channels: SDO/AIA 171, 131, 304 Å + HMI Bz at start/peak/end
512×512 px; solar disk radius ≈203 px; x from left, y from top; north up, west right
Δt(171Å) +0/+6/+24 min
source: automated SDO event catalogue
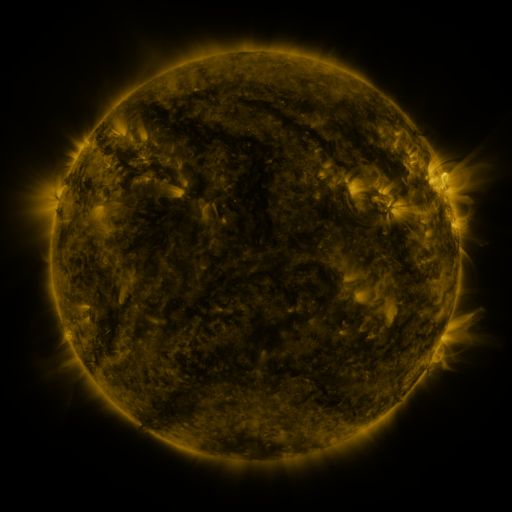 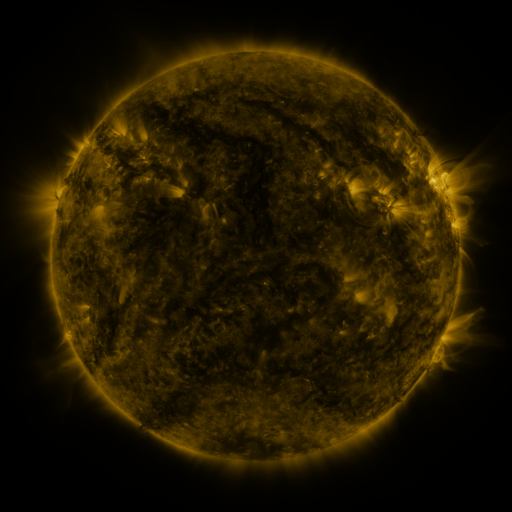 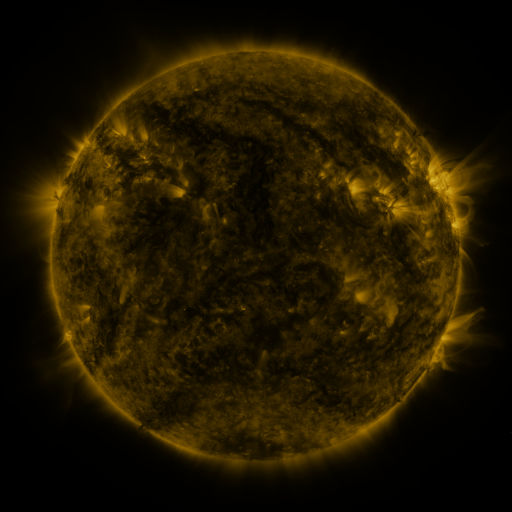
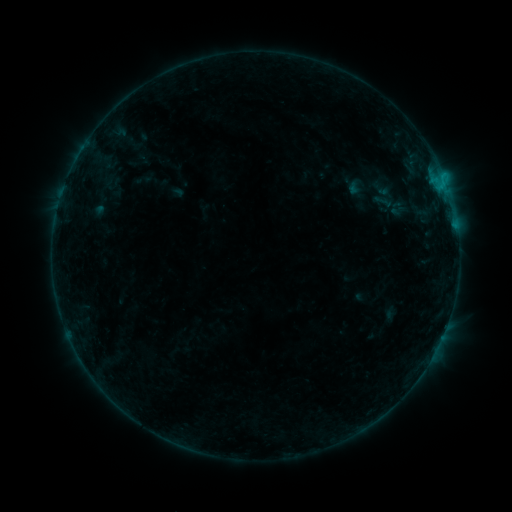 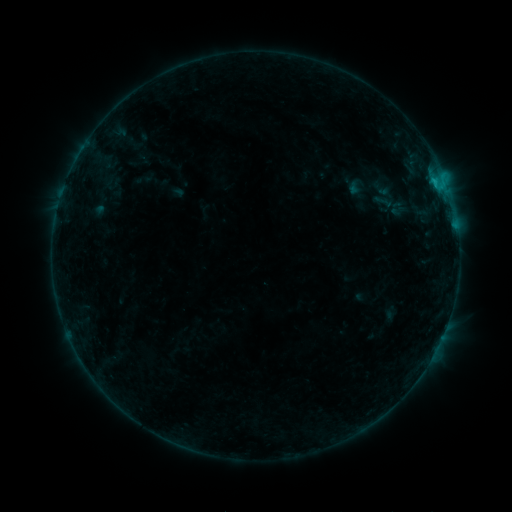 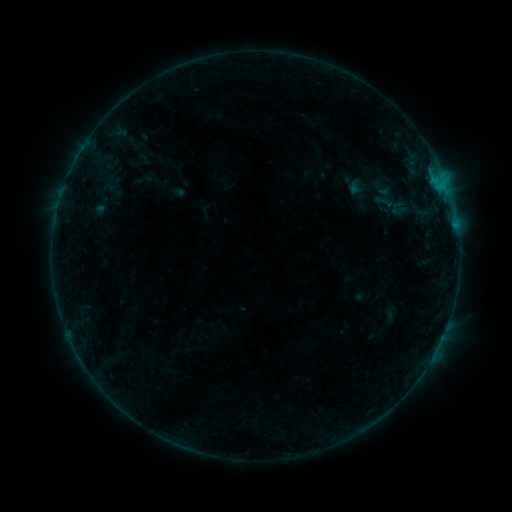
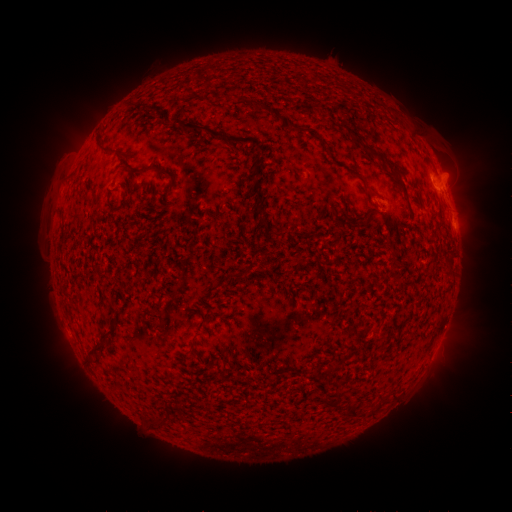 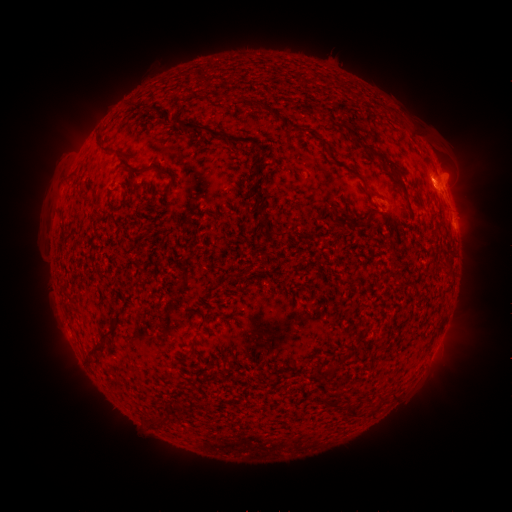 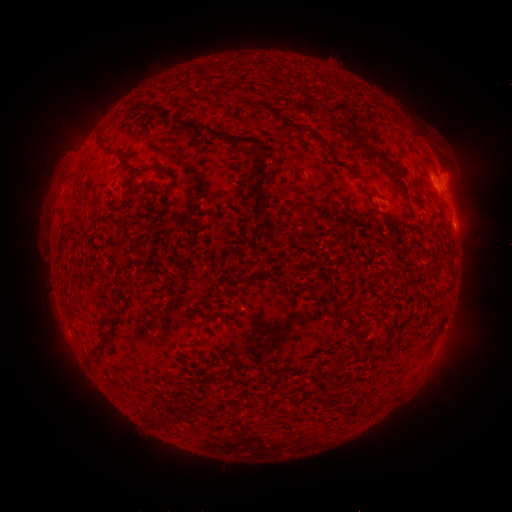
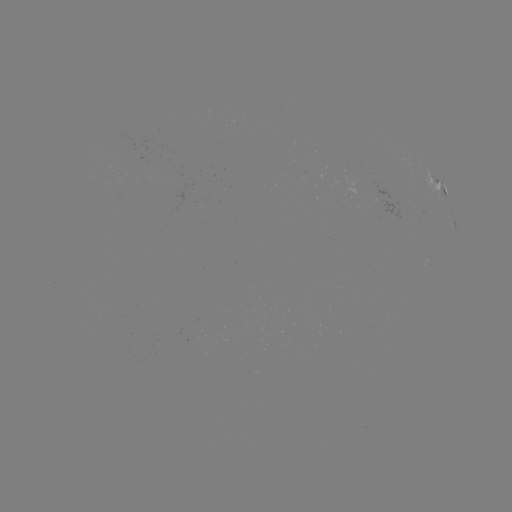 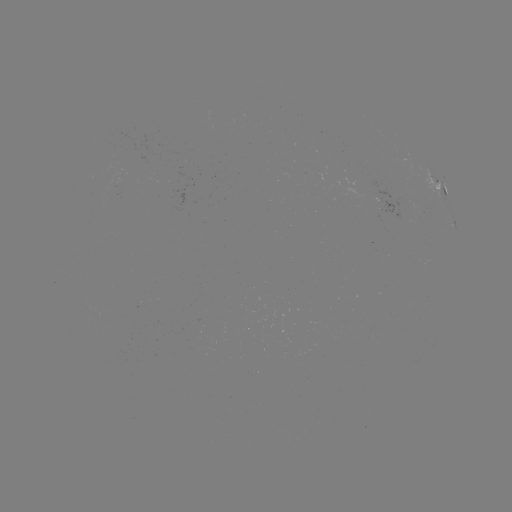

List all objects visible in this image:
B5.2 flare: (435, 185)
